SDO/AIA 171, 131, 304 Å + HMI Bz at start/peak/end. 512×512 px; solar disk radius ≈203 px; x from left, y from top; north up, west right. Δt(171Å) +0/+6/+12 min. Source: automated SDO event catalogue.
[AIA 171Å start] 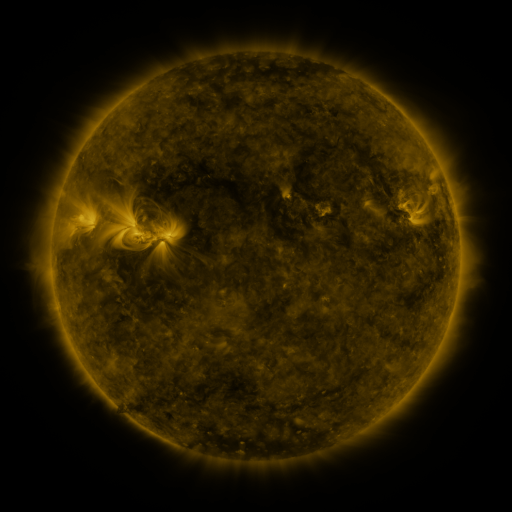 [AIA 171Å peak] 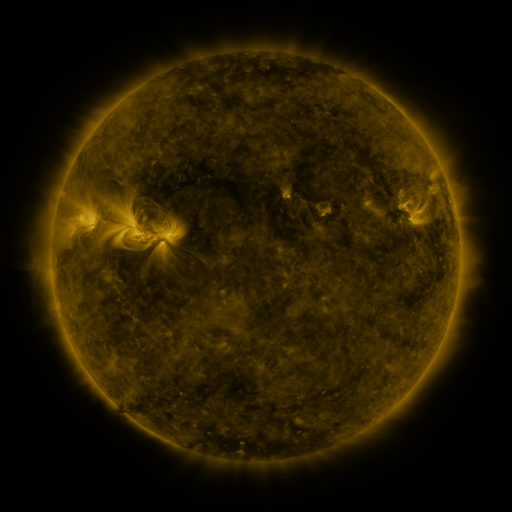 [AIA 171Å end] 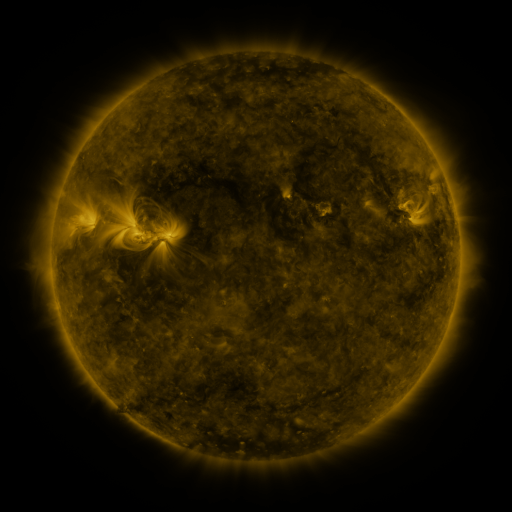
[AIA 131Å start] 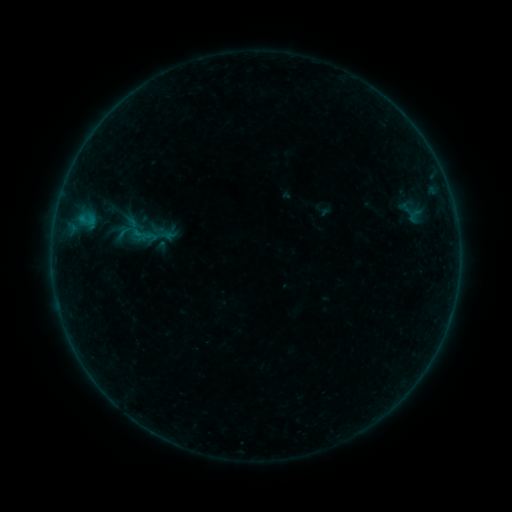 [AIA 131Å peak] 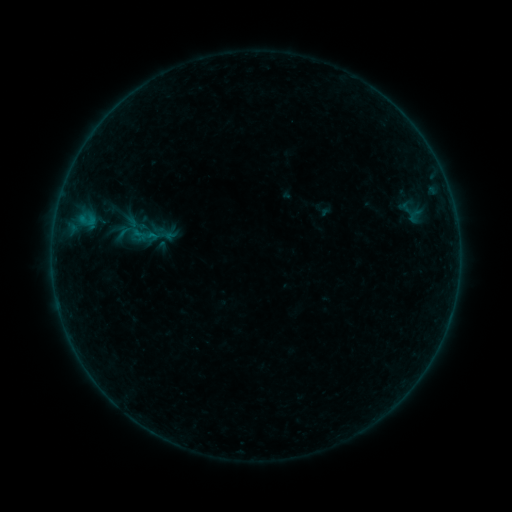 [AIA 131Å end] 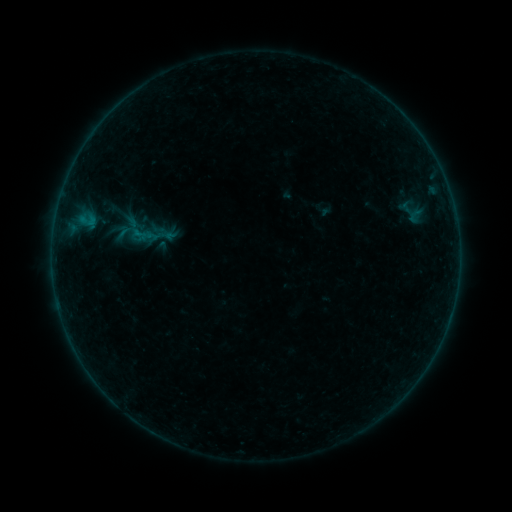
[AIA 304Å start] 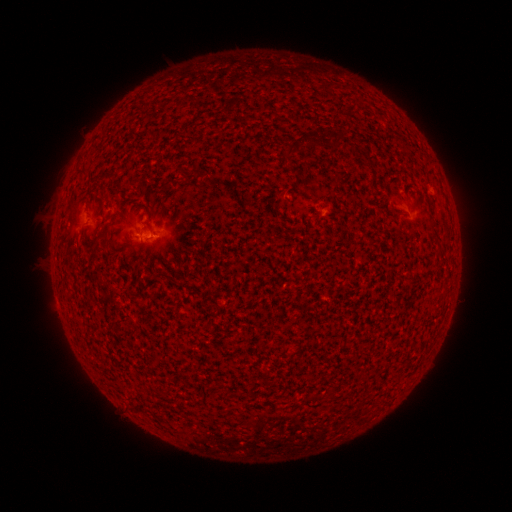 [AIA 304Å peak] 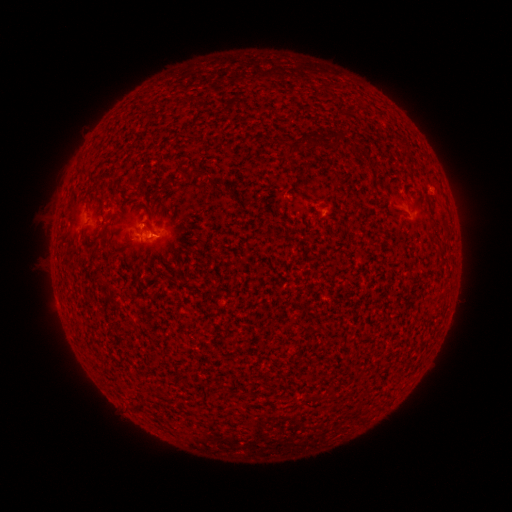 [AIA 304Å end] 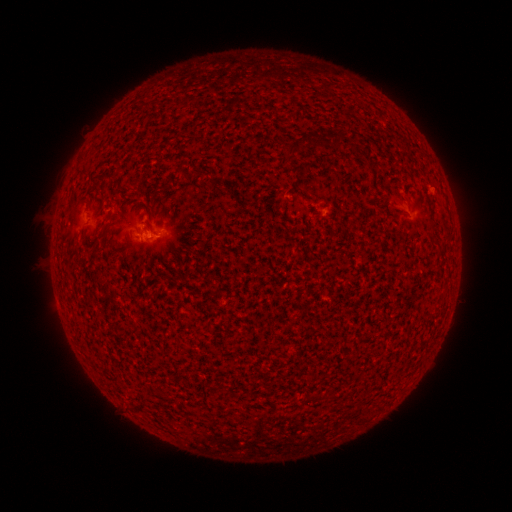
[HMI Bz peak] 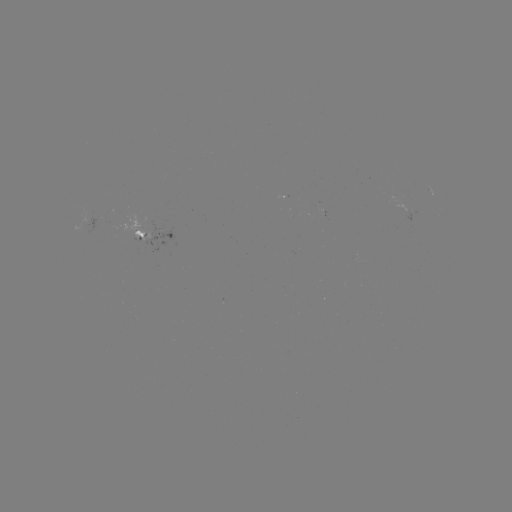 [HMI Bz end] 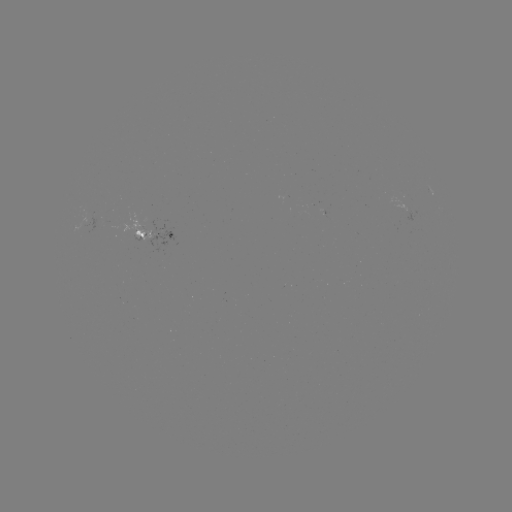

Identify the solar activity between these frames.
B1.6 flare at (154, 237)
